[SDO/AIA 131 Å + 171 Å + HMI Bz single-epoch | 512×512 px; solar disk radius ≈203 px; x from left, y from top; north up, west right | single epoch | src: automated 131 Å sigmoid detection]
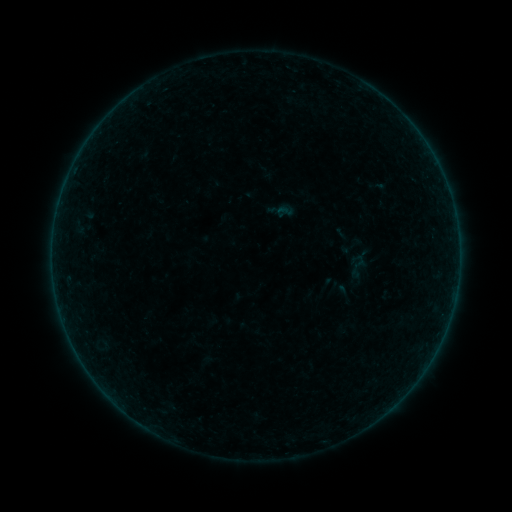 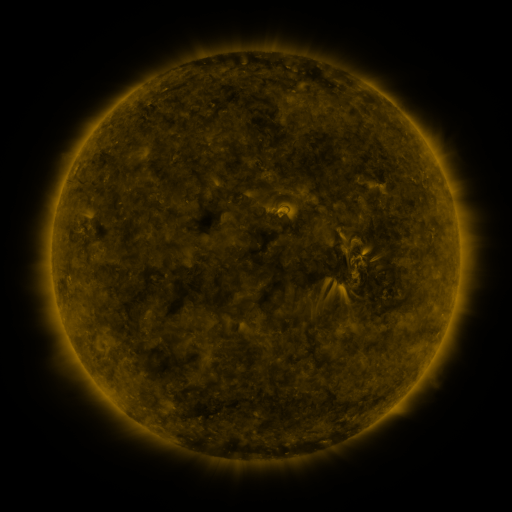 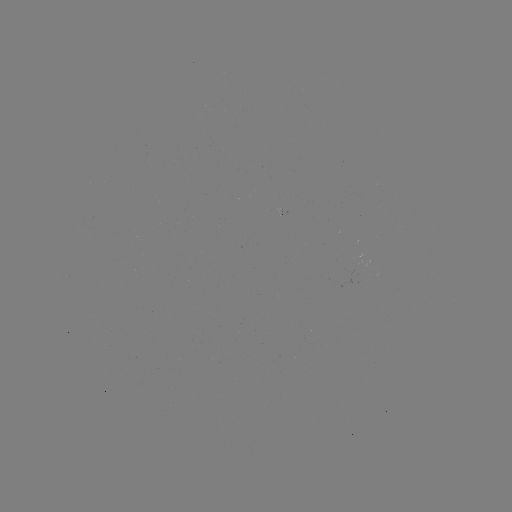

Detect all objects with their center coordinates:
sigmoid: [346, 253, 370, 279]
